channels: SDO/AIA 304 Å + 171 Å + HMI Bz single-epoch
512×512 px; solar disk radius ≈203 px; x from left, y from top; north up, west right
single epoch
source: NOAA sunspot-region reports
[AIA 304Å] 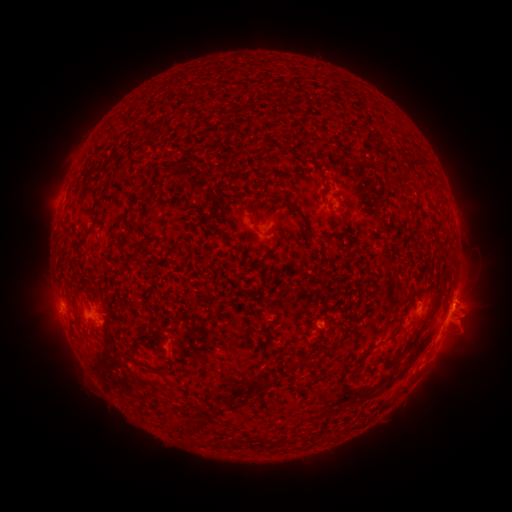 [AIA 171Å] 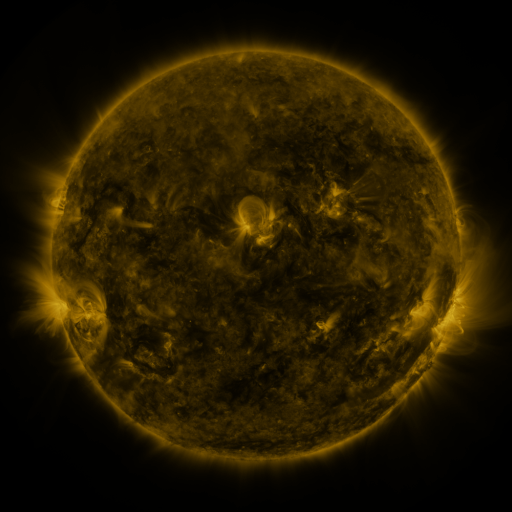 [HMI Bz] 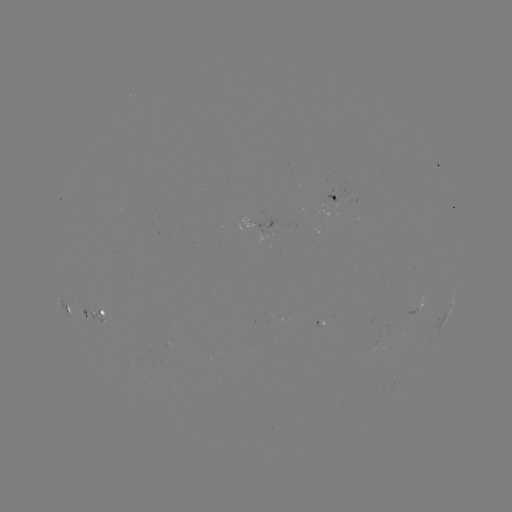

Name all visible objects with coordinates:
spotted active region: (335, 198)
spotted active region: (262, 224)
spotted active region: (453, 297)
spotted active region: (420, 305)
spotted active region: (96, 313)
